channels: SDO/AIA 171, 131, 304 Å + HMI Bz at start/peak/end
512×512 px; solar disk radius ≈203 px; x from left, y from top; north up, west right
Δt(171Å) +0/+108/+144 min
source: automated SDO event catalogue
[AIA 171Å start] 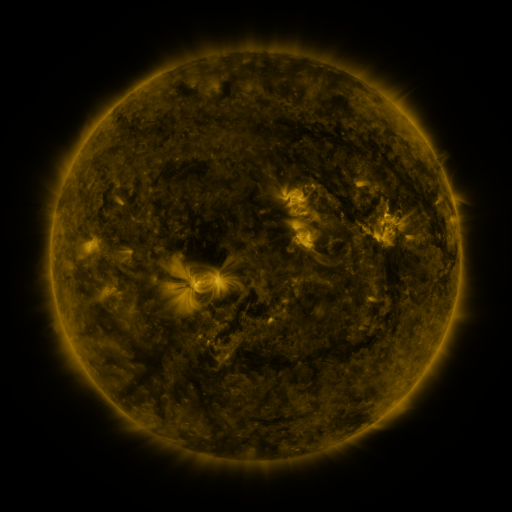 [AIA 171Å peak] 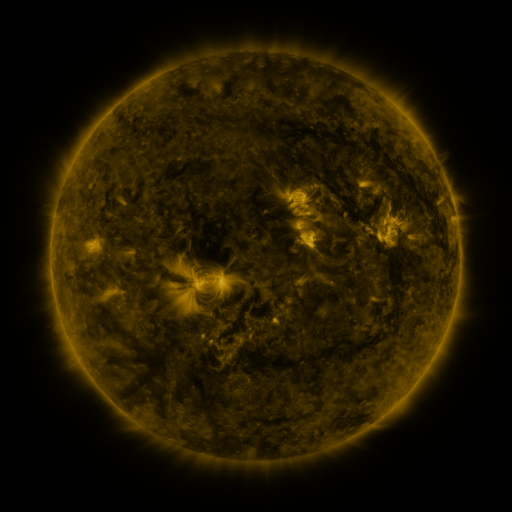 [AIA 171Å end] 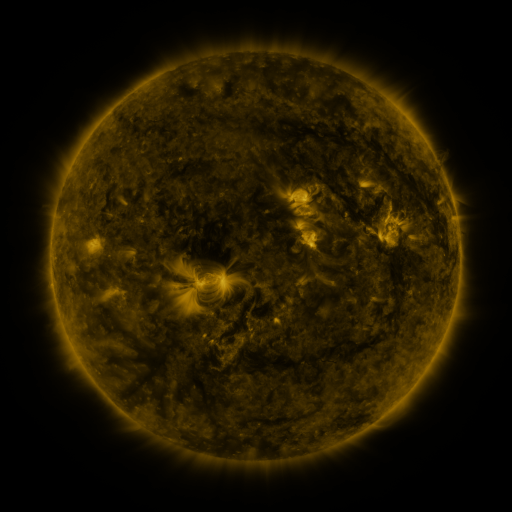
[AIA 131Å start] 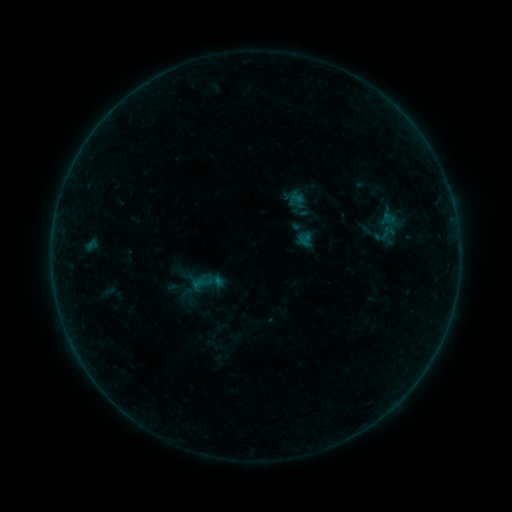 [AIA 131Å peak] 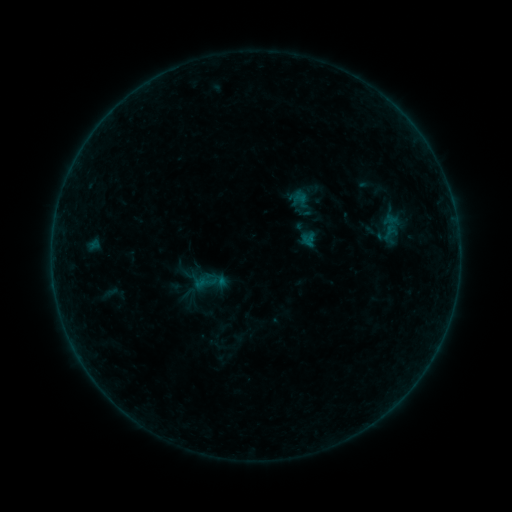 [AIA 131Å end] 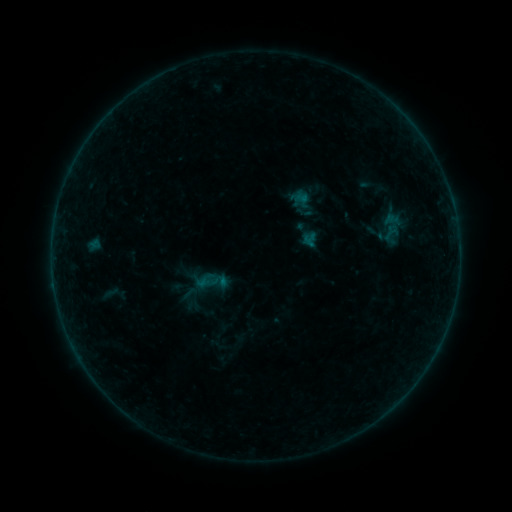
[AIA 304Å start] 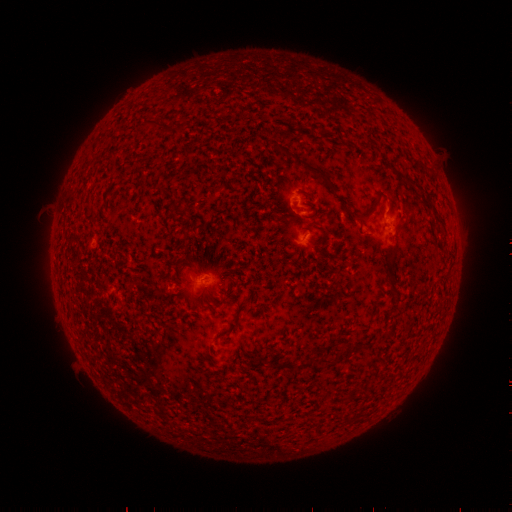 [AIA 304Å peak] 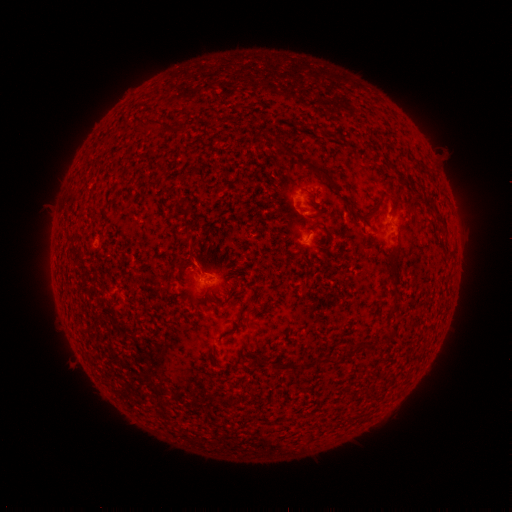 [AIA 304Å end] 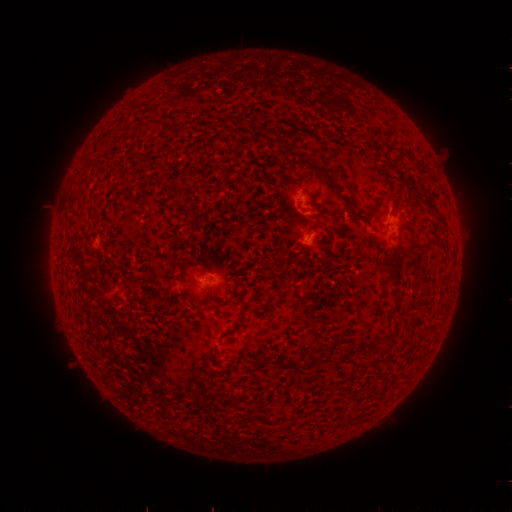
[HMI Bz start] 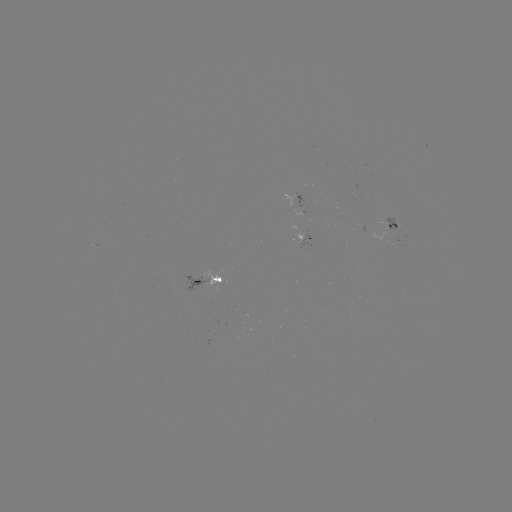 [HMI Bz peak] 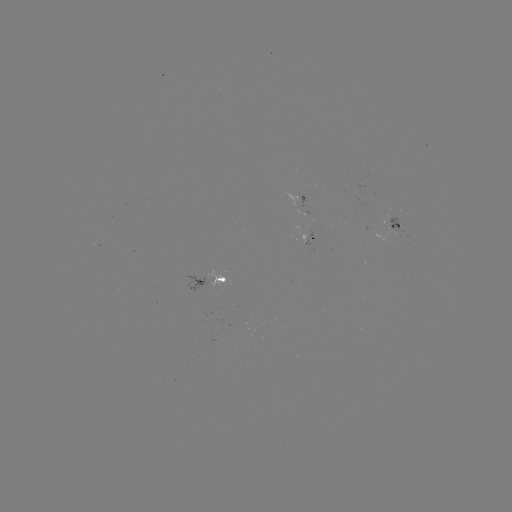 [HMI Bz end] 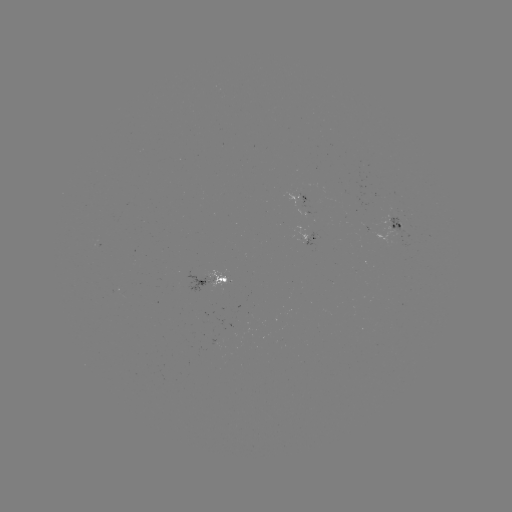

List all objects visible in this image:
emerging-flux region: (391, 221)
